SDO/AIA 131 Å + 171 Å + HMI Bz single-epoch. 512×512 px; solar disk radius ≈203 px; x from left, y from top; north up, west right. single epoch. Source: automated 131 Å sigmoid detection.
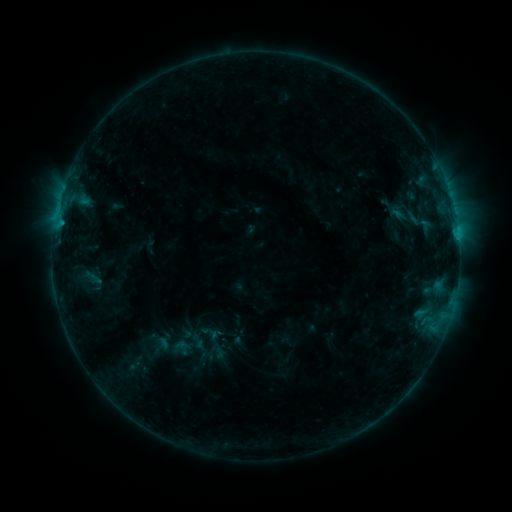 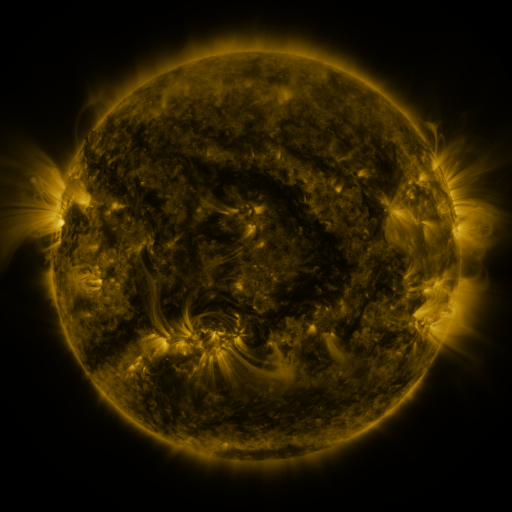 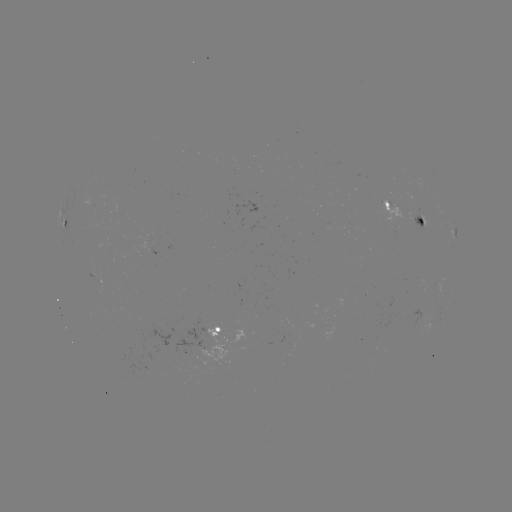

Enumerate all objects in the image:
sigmoid: (181, 348)
